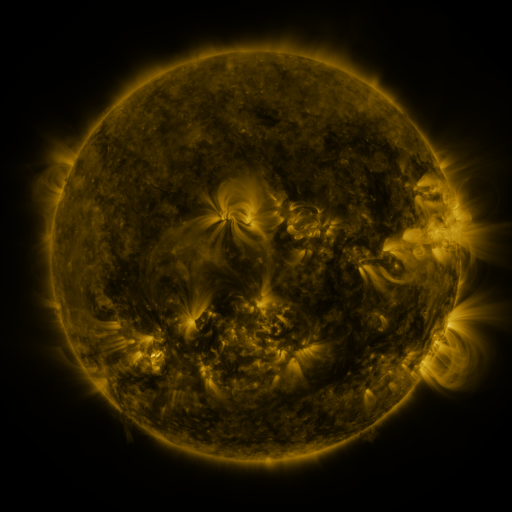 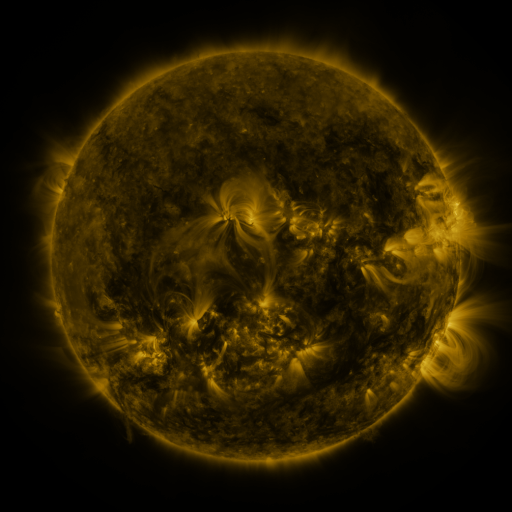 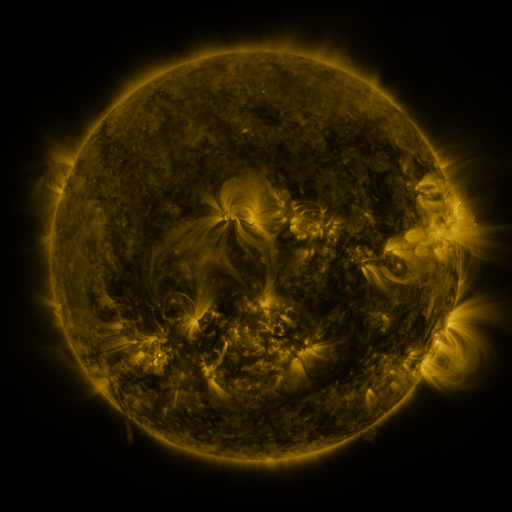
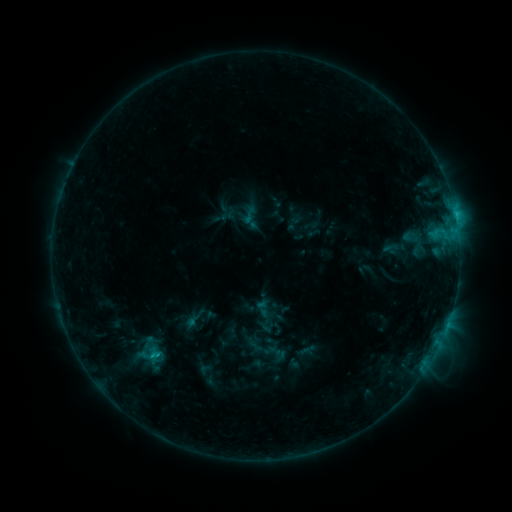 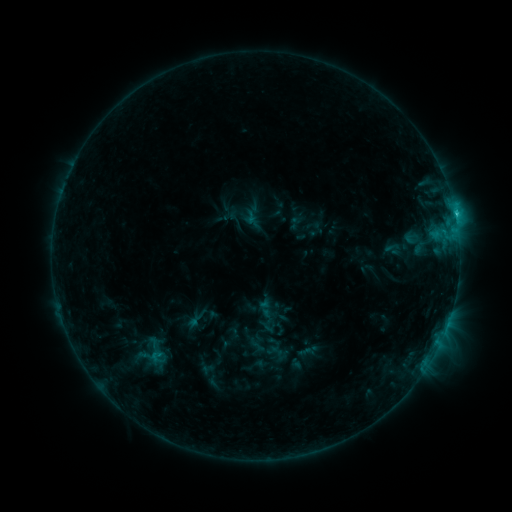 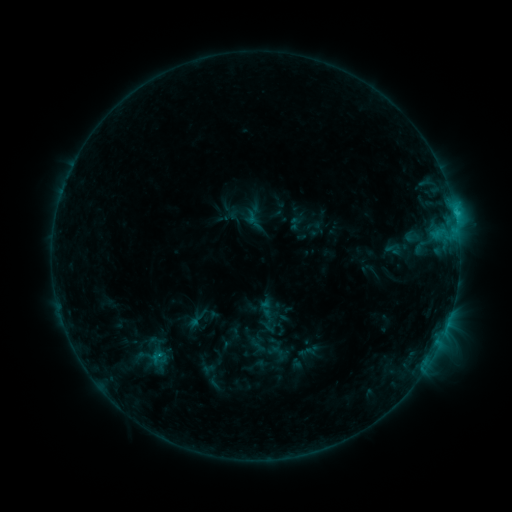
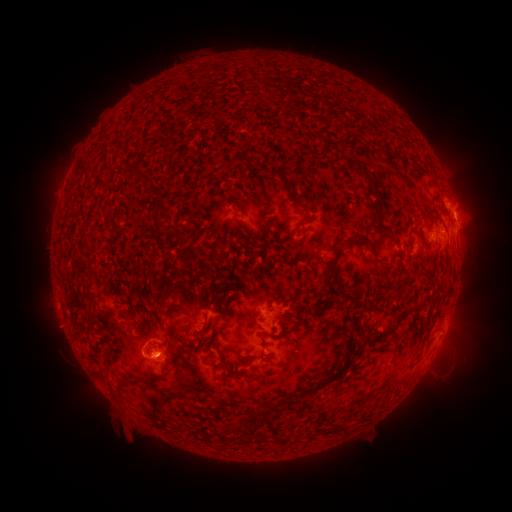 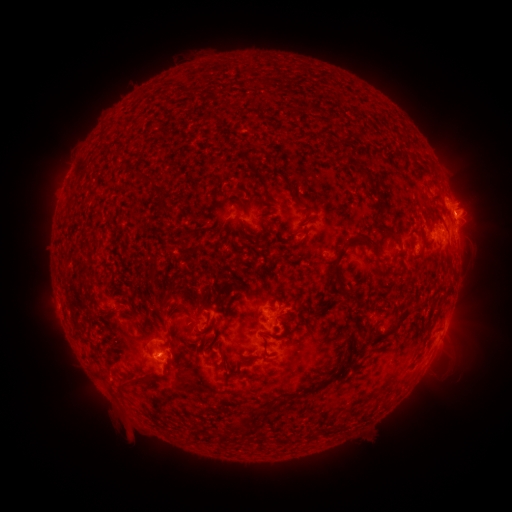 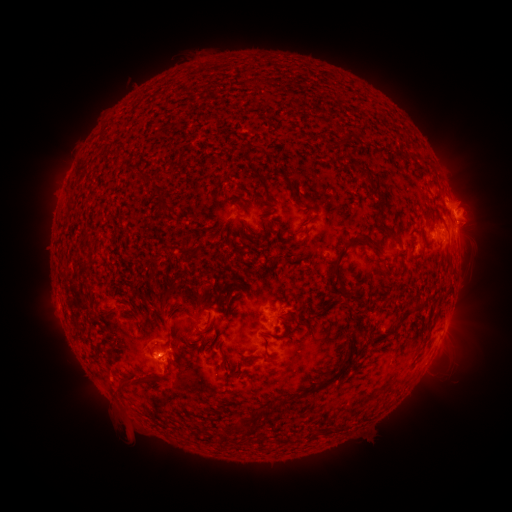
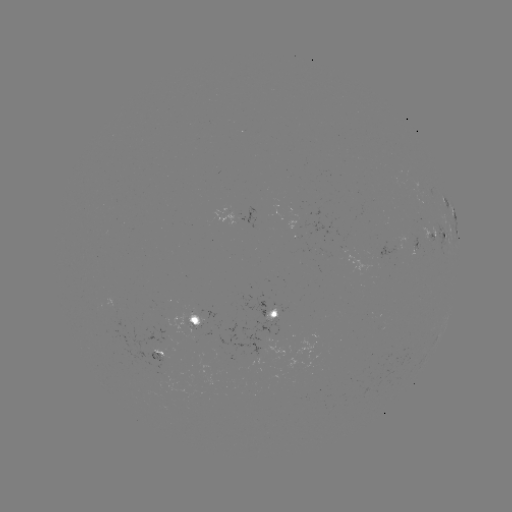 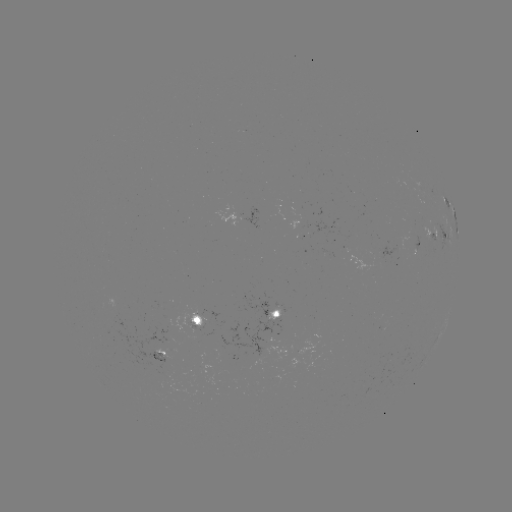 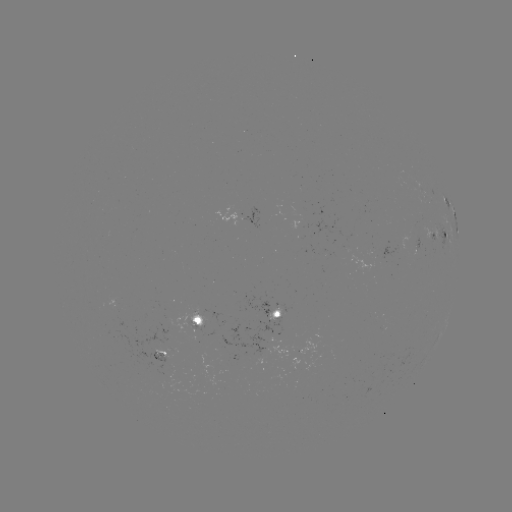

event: emerging-flux region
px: (423, 230)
